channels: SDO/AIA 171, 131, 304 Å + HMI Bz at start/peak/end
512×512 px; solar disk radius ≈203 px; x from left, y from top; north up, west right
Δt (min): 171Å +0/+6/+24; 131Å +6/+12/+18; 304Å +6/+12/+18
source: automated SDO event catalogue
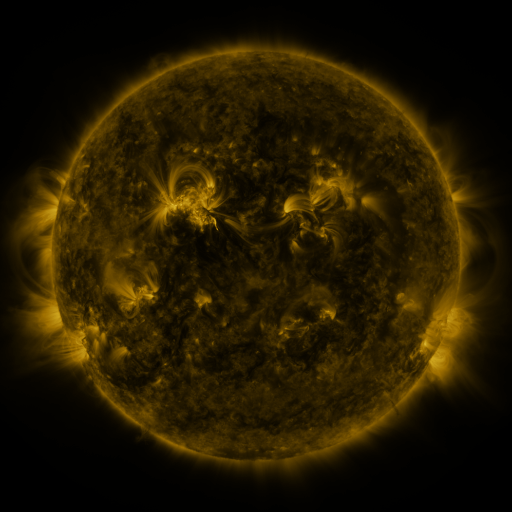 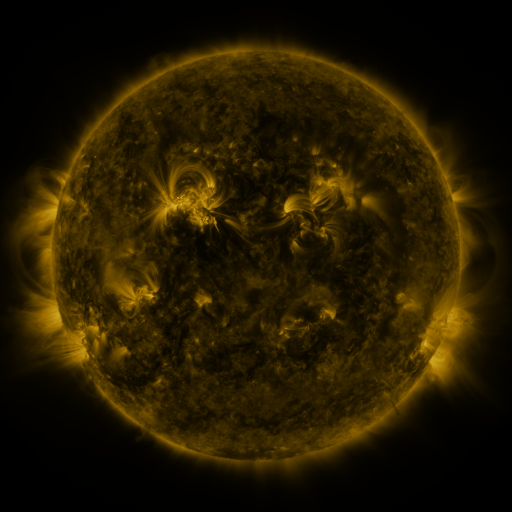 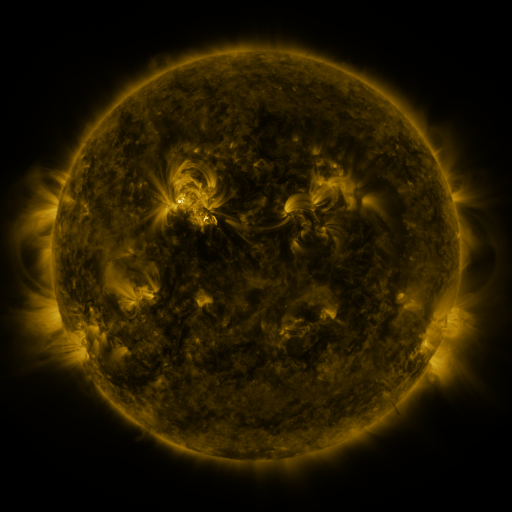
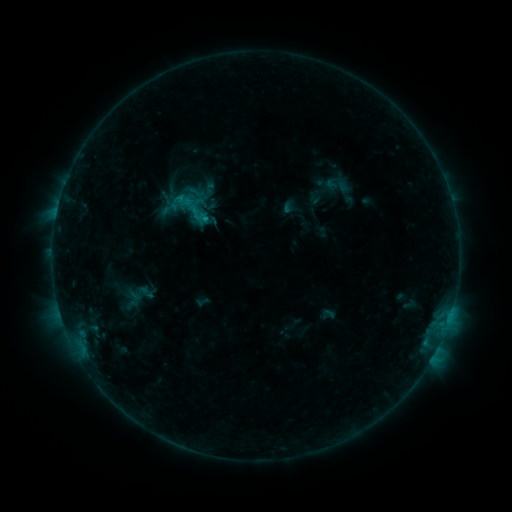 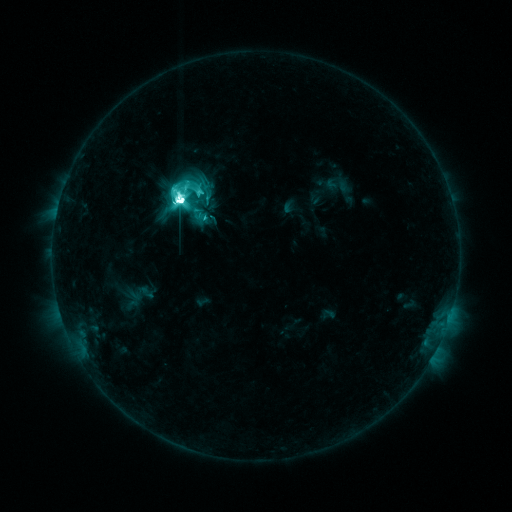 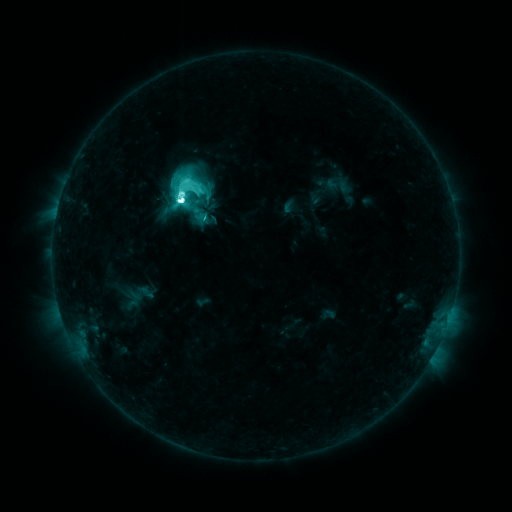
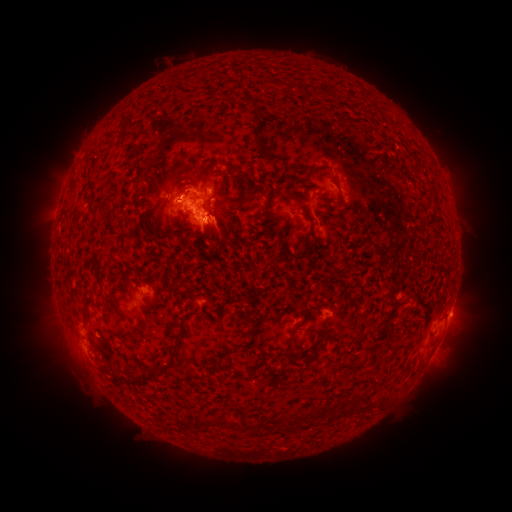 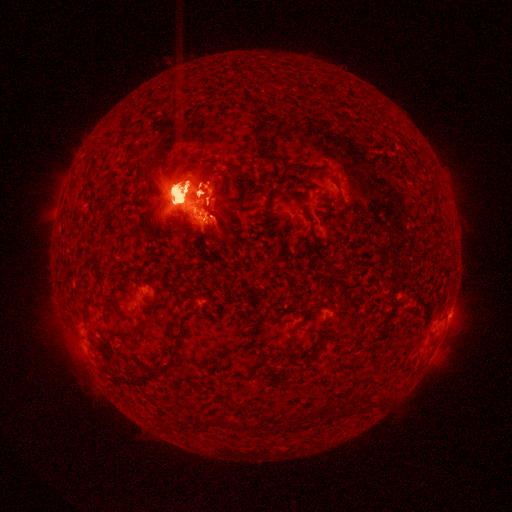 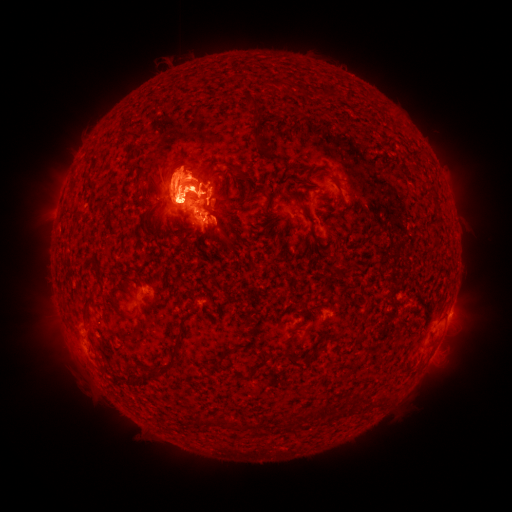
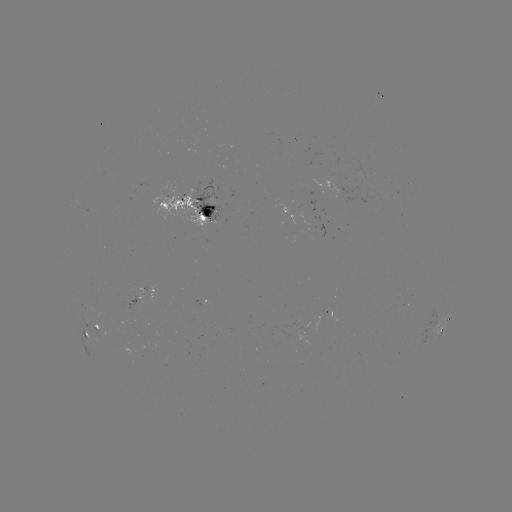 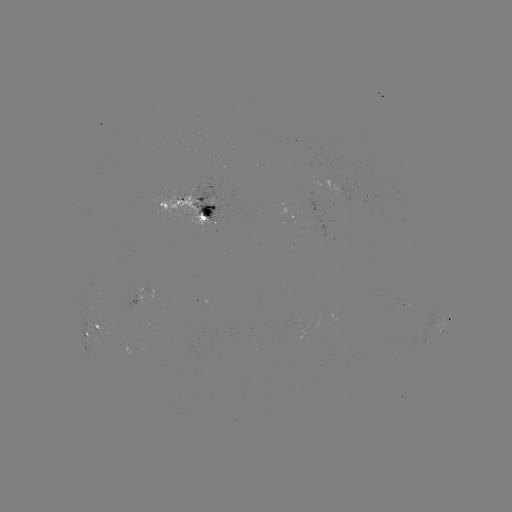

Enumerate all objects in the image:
M5.7 flare: (181, 203)
